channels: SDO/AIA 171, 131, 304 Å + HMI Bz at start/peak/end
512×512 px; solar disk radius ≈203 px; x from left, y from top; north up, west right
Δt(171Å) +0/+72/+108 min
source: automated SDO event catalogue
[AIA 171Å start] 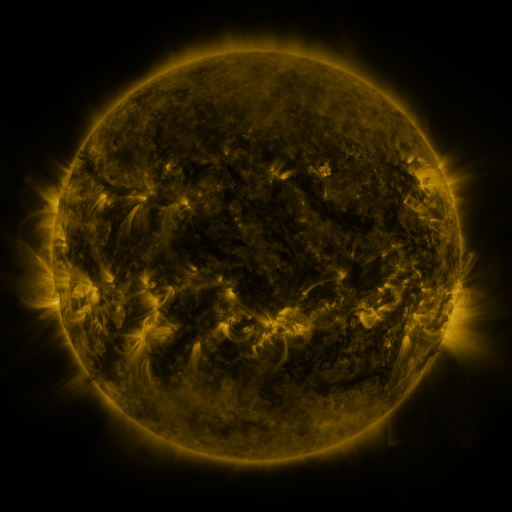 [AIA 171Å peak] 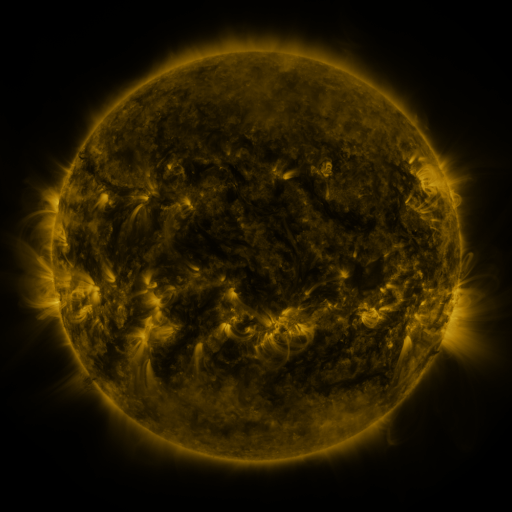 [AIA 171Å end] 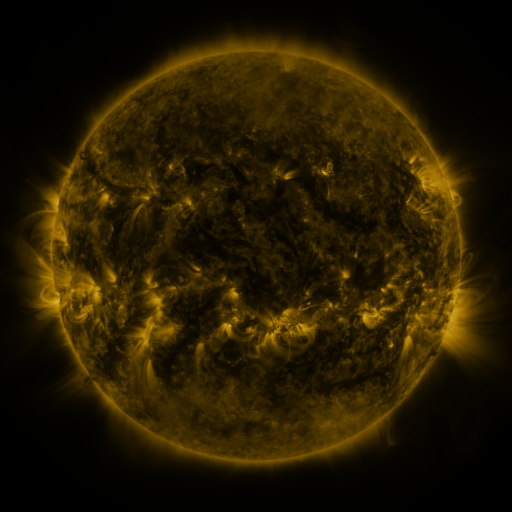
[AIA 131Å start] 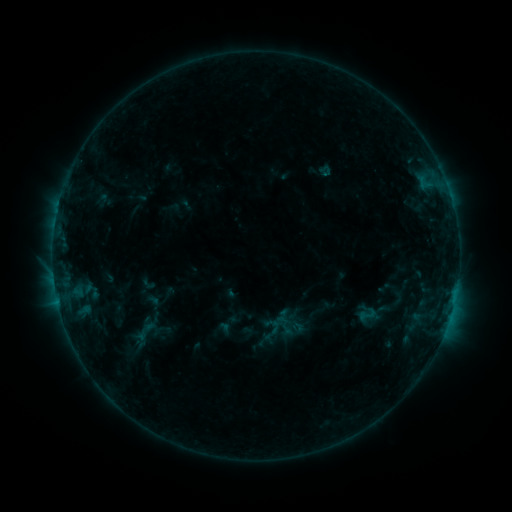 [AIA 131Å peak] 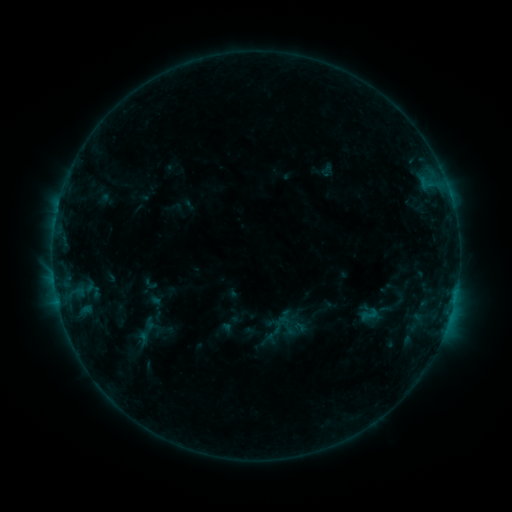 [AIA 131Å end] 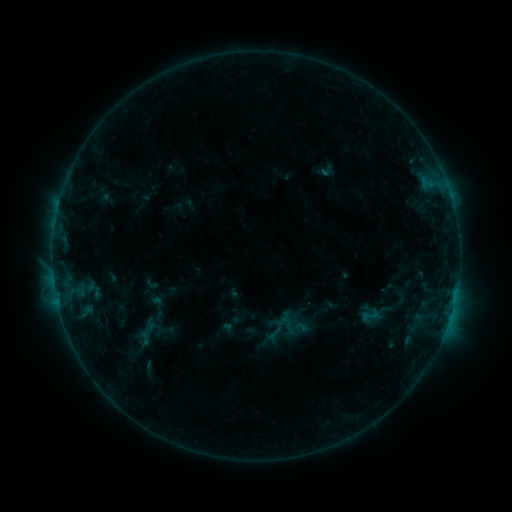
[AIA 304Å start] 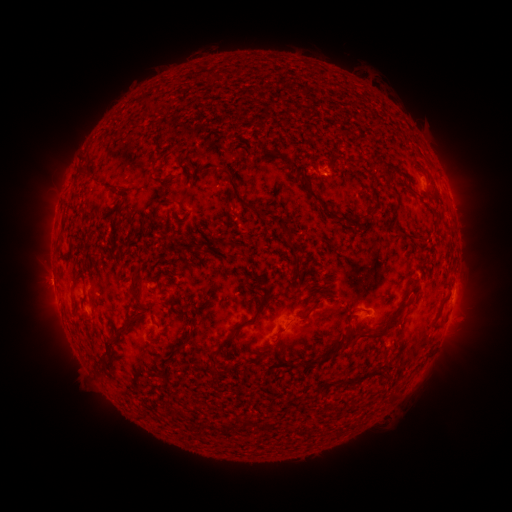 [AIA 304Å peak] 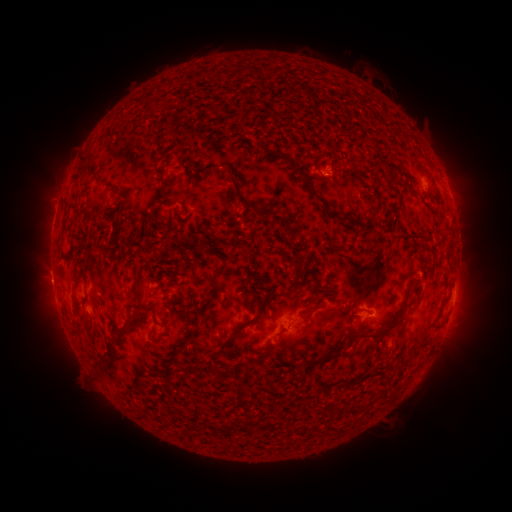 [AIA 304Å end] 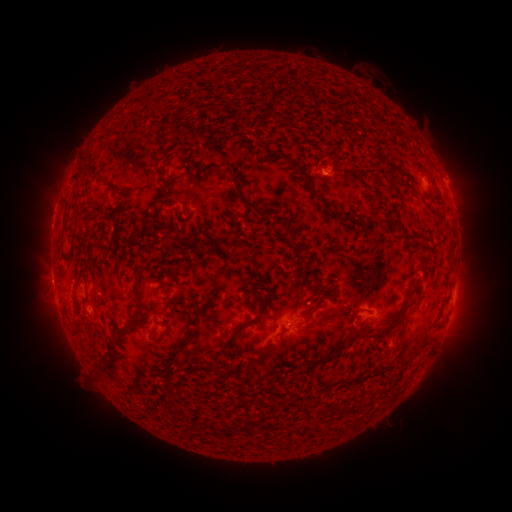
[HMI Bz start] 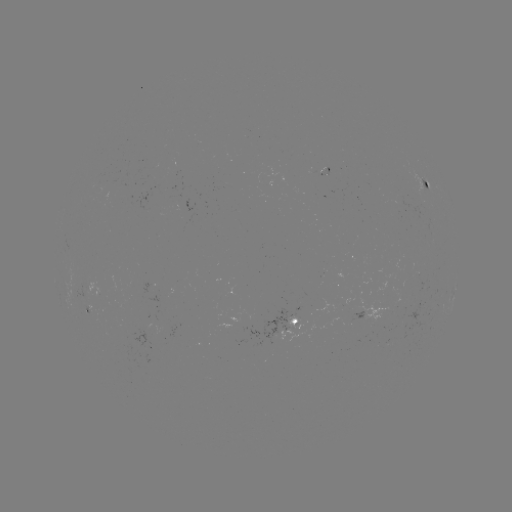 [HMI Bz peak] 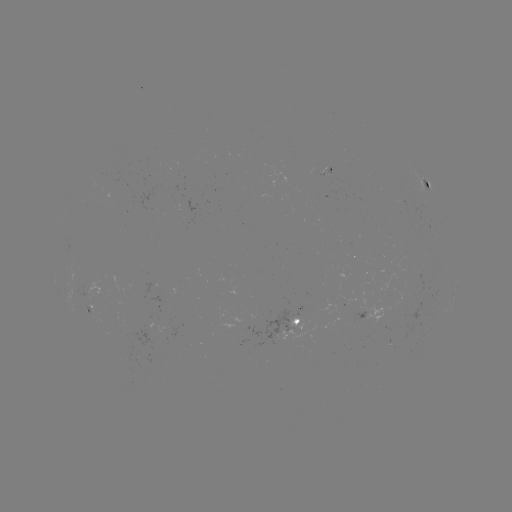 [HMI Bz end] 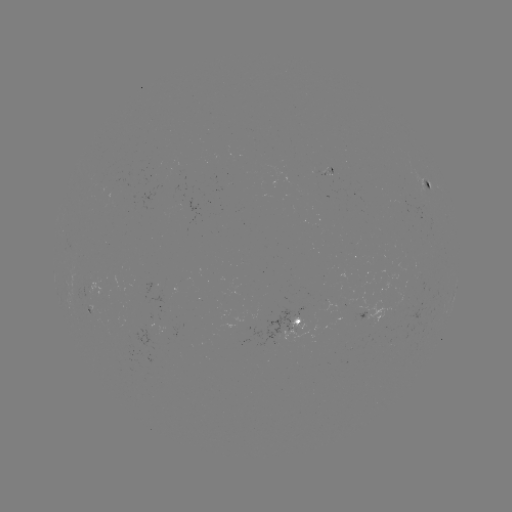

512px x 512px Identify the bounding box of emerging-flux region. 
[145, 316, 163, 334].